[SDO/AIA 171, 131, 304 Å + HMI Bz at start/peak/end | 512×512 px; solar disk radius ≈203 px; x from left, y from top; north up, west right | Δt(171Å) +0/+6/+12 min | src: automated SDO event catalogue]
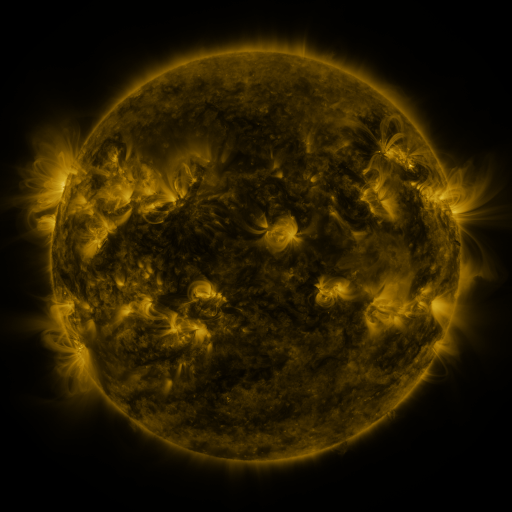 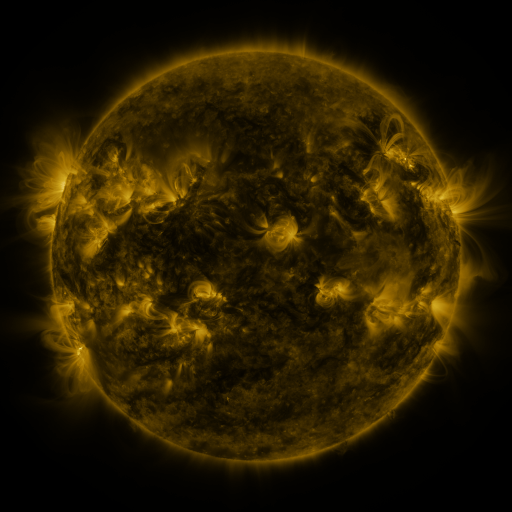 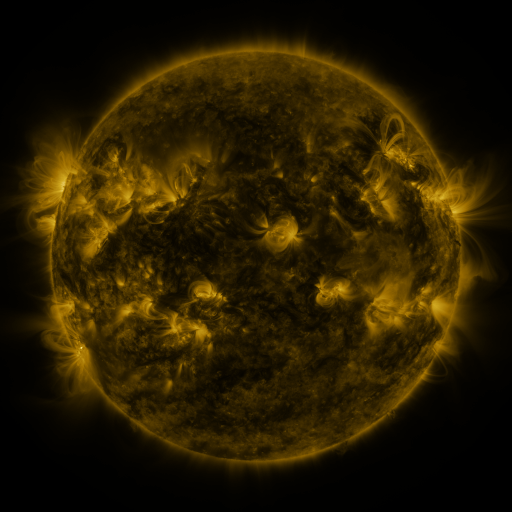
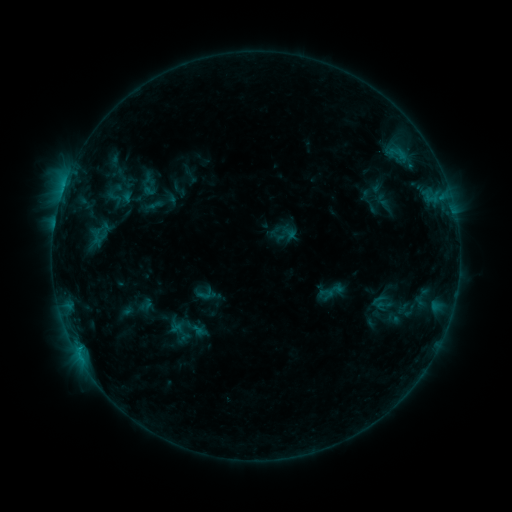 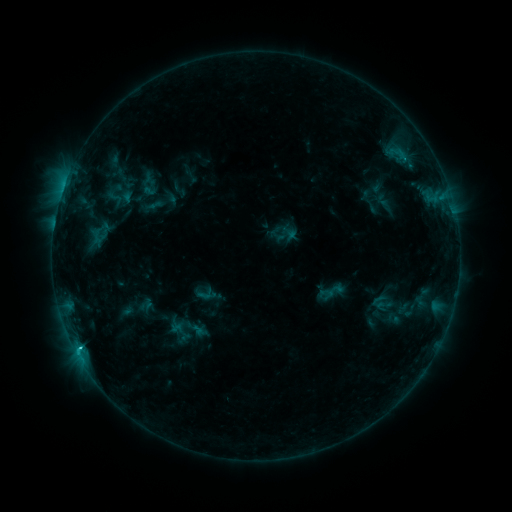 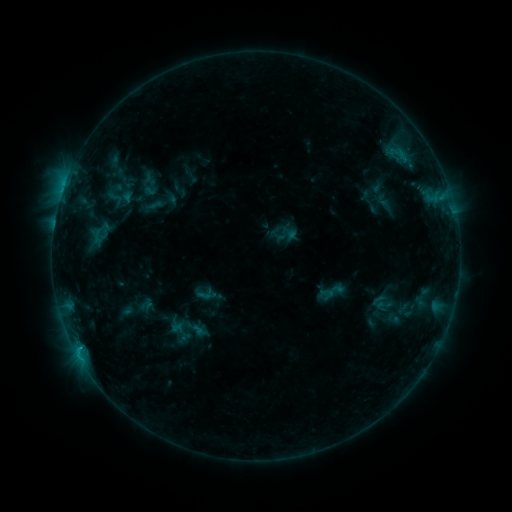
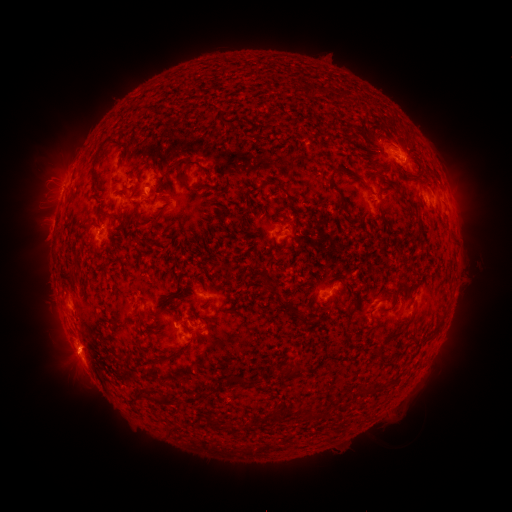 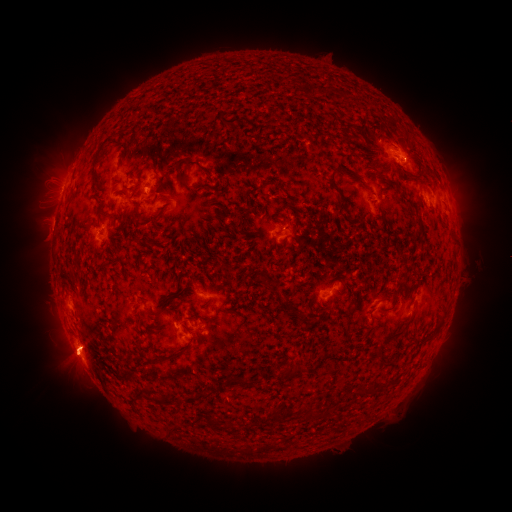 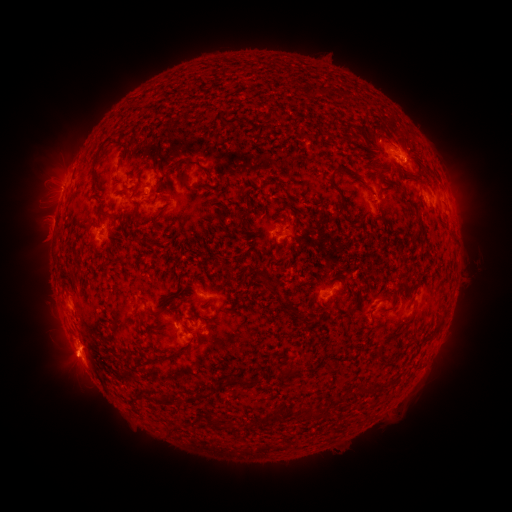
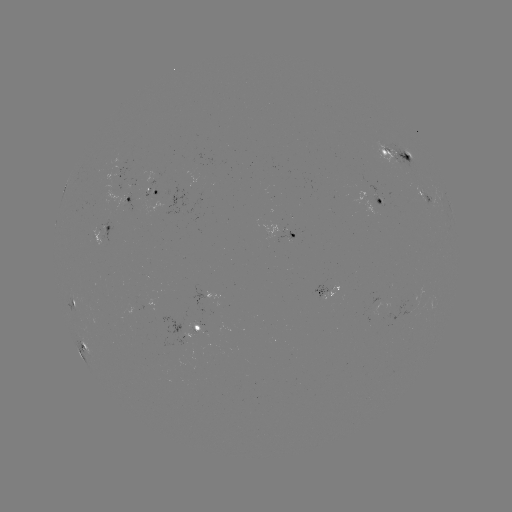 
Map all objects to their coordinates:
eruption: (68, 361)
